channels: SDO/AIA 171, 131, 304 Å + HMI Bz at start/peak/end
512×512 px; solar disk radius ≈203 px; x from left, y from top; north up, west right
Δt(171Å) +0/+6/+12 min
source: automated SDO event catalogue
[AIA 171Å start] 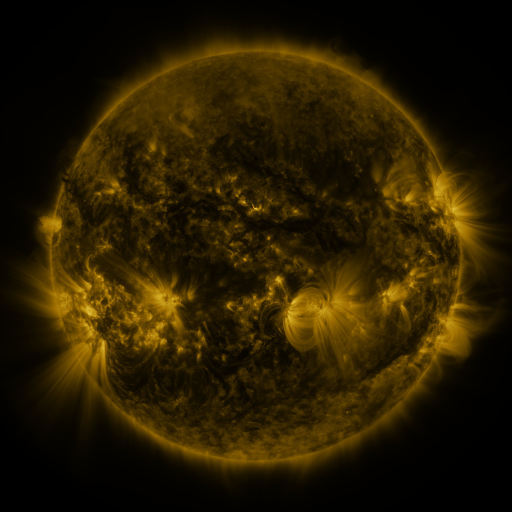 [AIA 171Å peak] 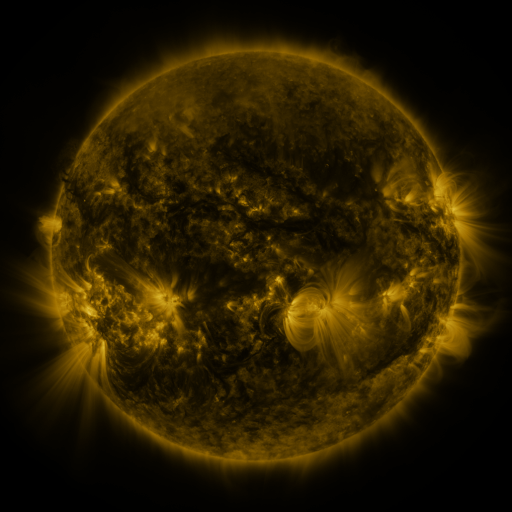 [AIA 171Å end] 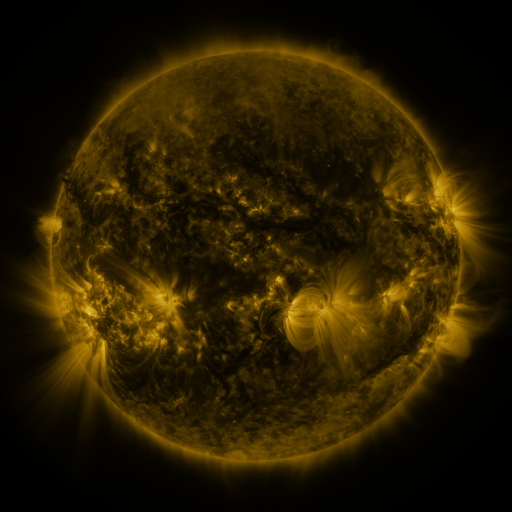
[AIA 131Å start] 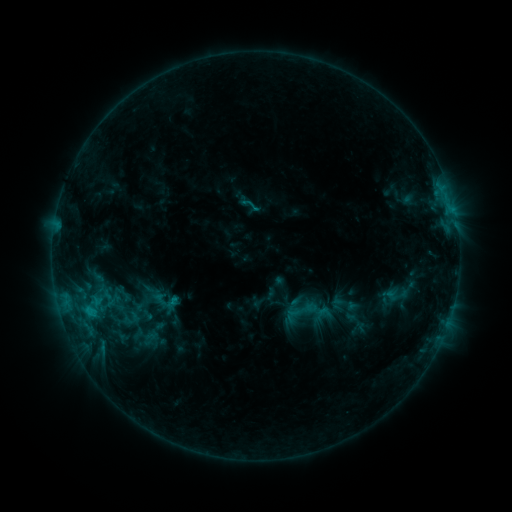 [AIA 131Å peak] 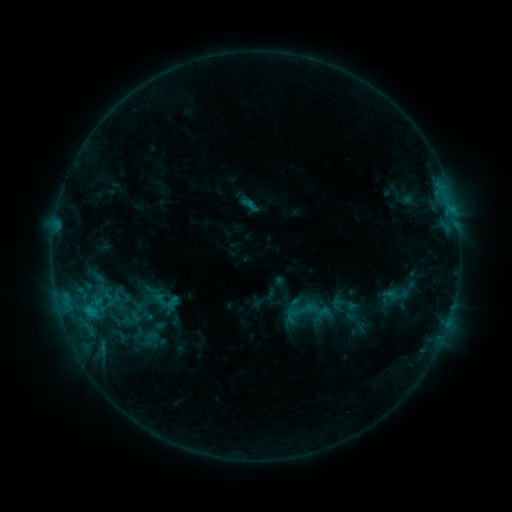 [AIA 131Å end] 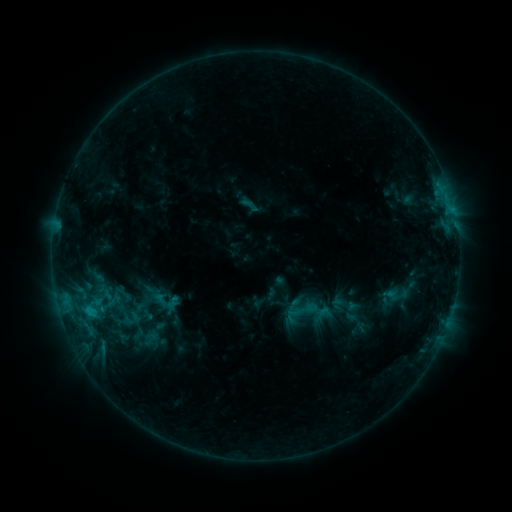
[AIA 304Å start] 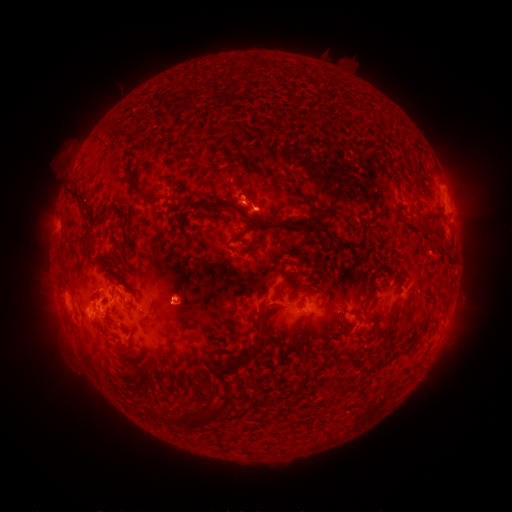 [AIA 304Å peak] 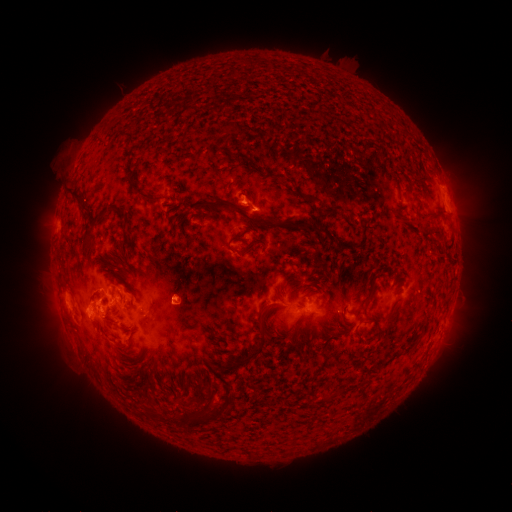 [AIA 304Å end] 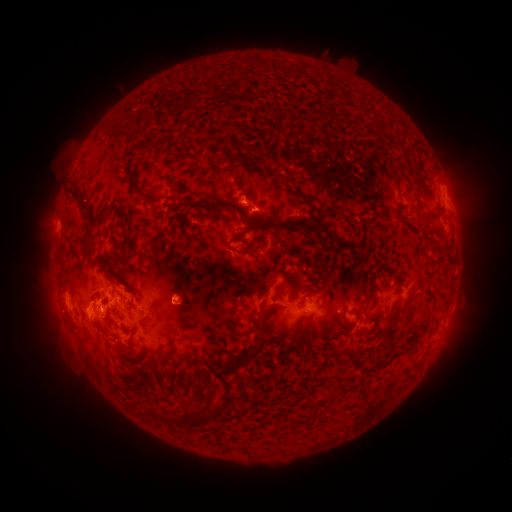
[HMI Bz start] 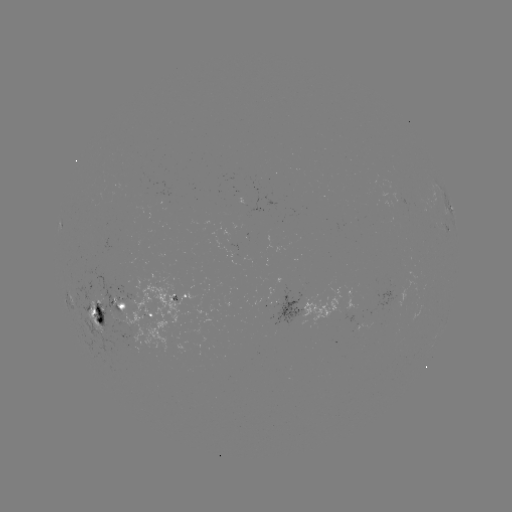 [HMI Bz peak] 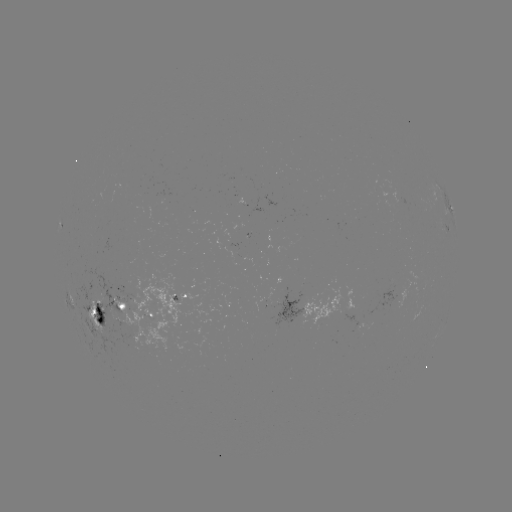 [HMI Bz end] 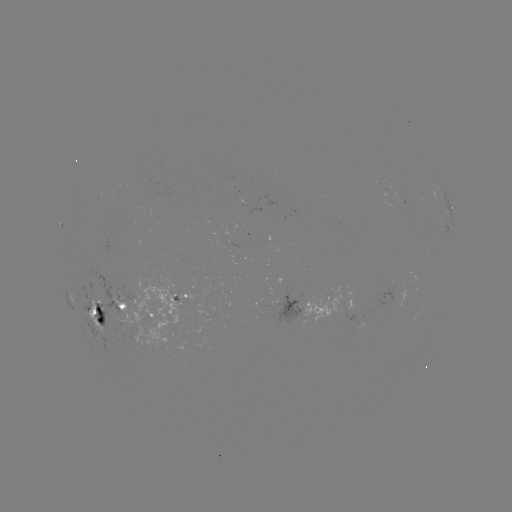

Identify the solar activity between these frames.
eruption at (445, 223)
